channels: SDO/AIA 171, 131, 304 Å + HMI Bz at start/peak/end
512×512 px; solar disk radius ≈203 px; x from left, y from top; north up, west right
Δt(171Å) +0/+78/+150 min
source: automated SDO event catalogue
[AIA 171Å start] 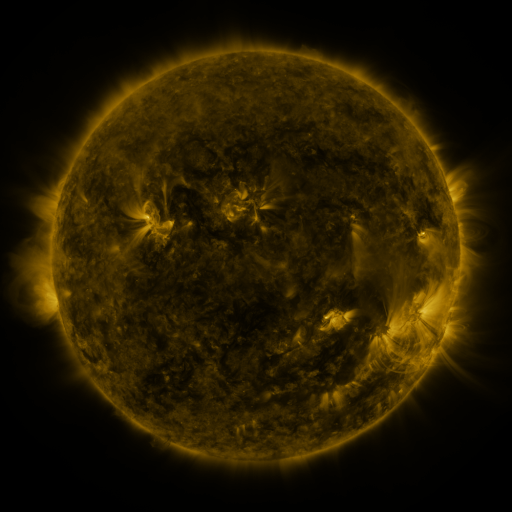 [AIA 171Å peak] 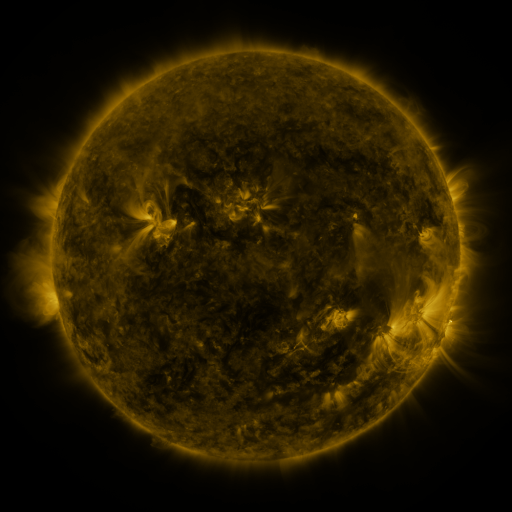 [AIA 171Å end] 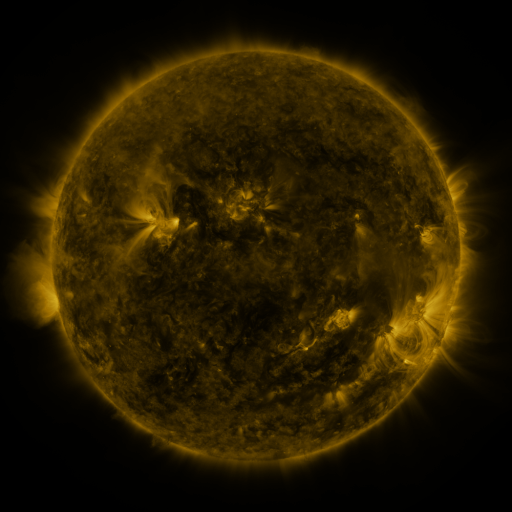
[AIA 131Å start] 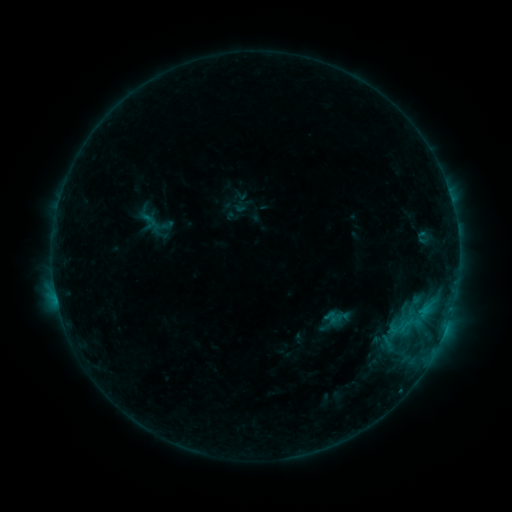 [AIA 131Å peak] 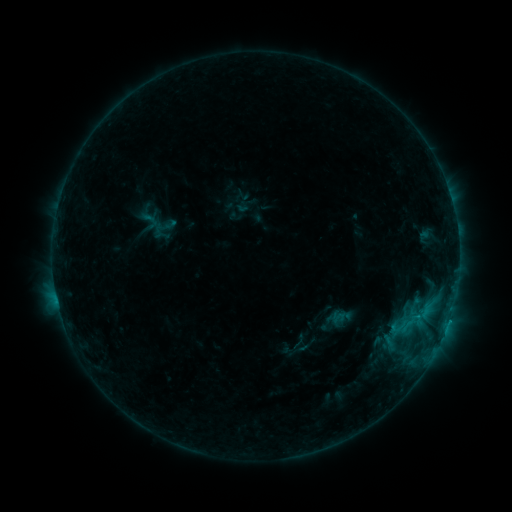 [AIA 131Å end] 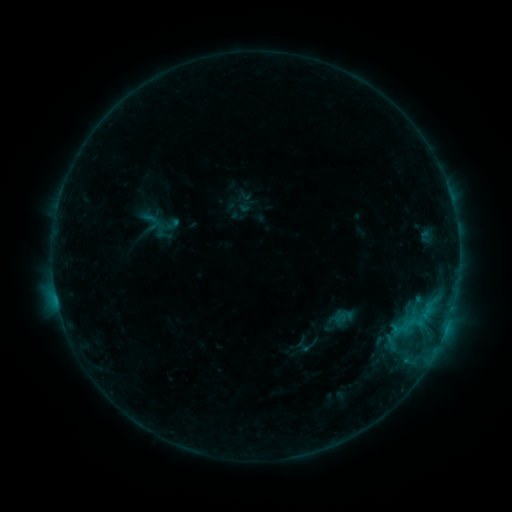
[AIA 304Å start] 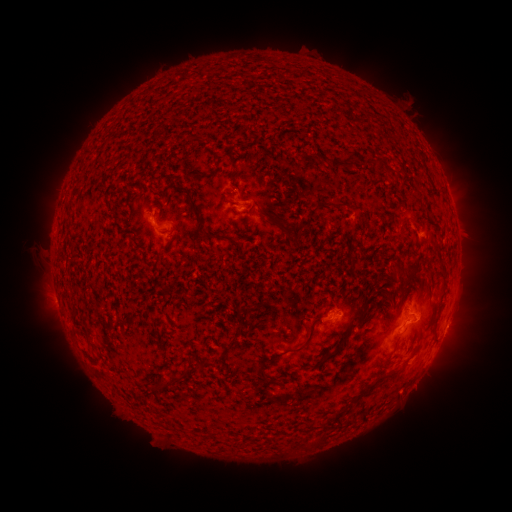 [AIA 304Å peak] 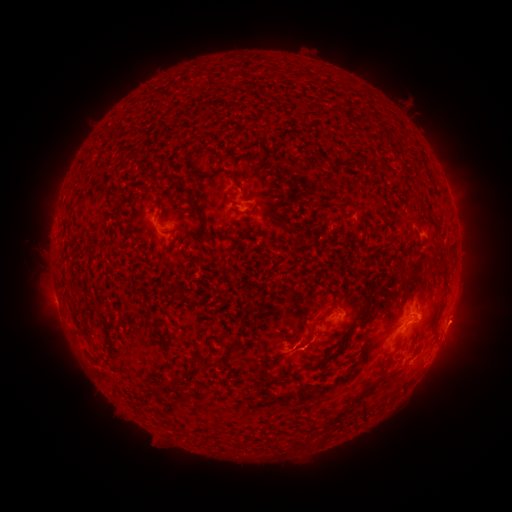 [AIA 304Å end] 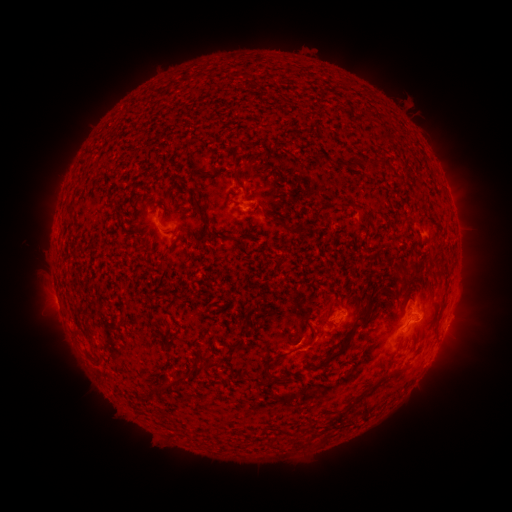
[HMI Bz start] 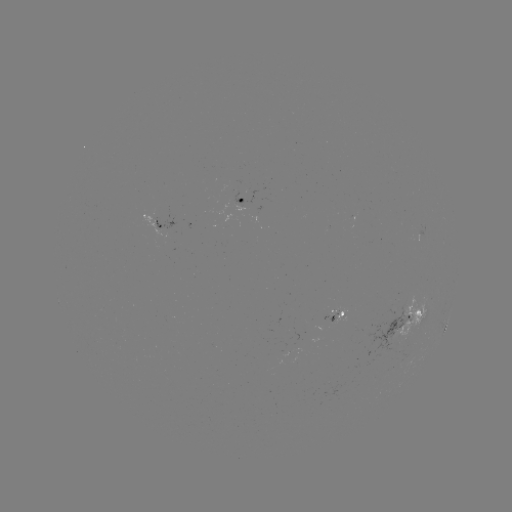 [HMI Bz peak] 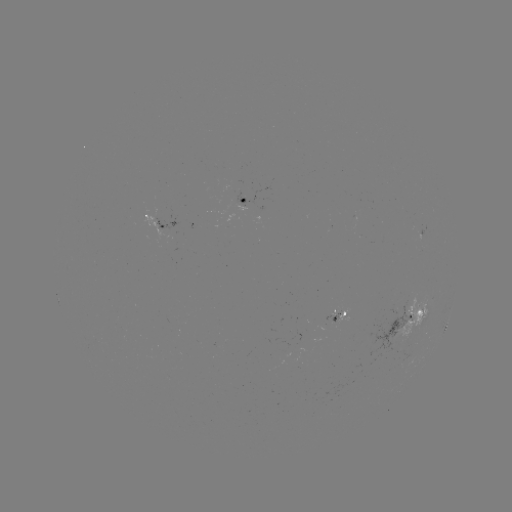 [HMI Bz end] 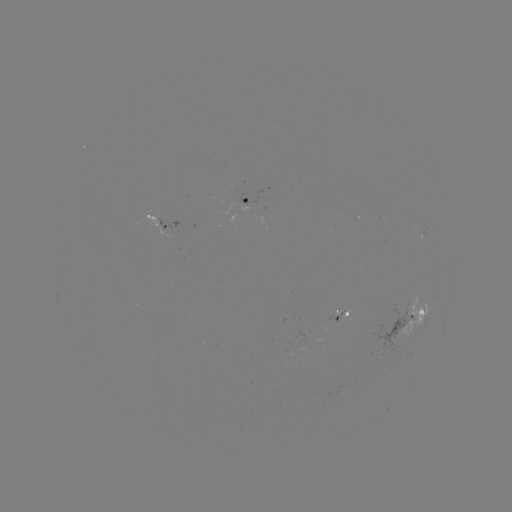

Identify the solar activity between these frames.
filament eruption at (349, 364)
